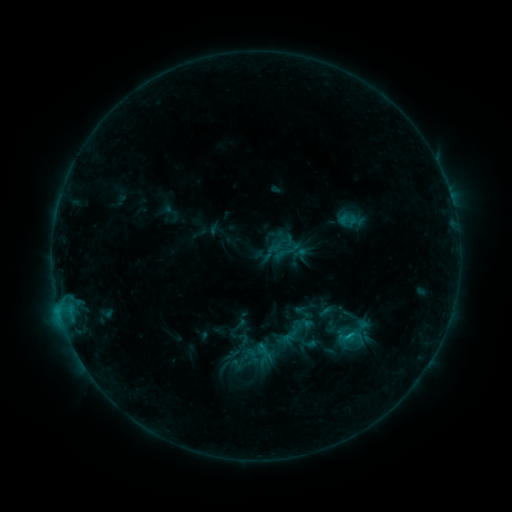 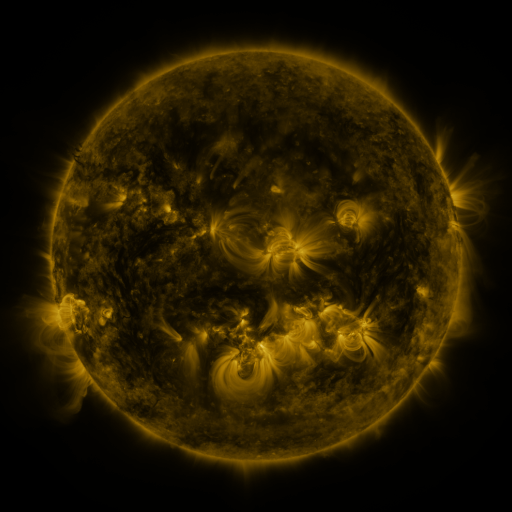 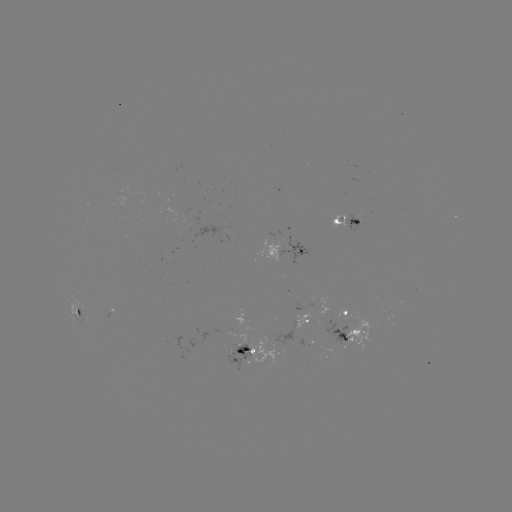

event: sigmoid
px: (348, 219)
